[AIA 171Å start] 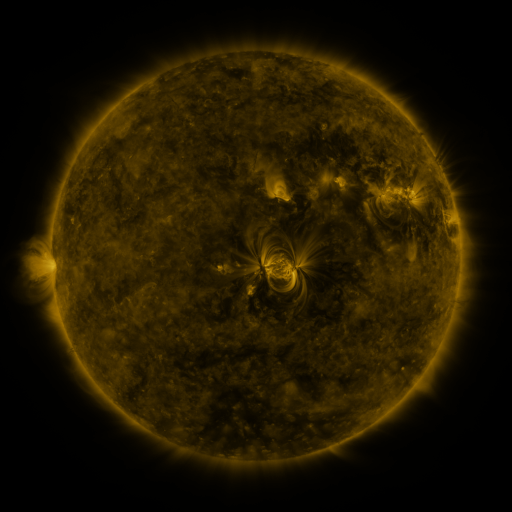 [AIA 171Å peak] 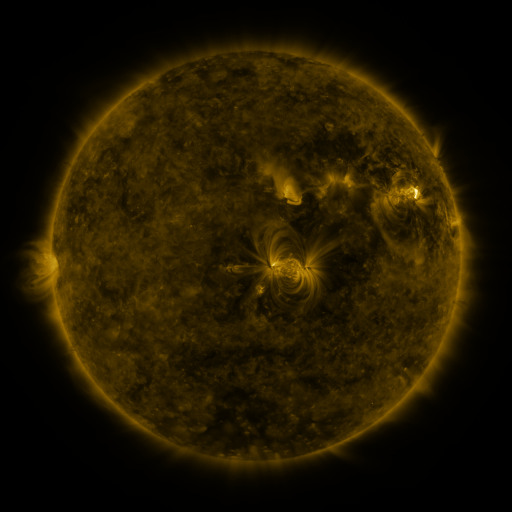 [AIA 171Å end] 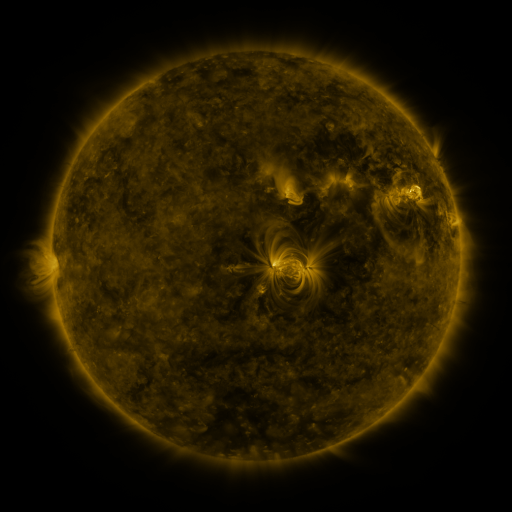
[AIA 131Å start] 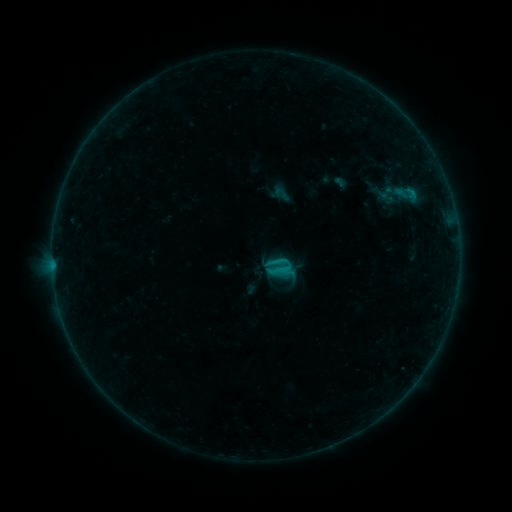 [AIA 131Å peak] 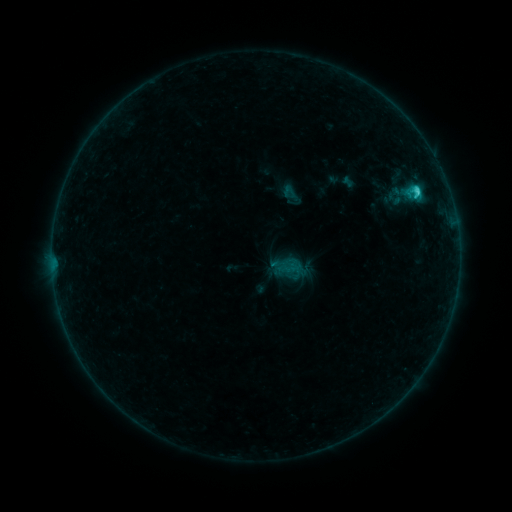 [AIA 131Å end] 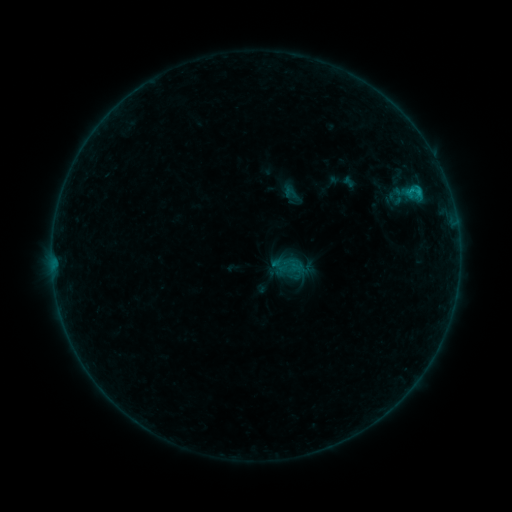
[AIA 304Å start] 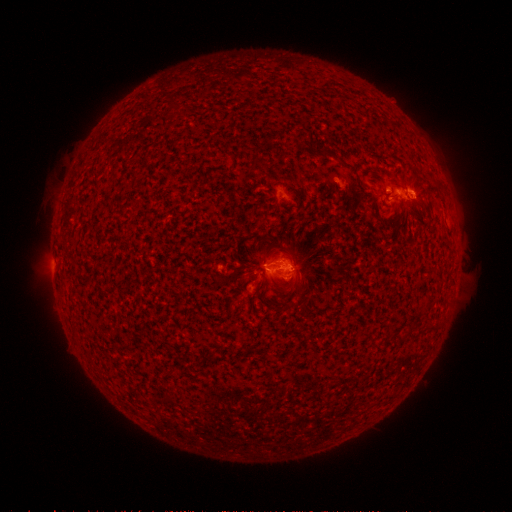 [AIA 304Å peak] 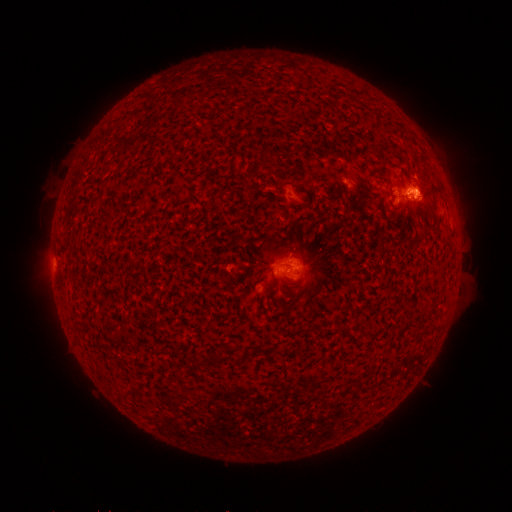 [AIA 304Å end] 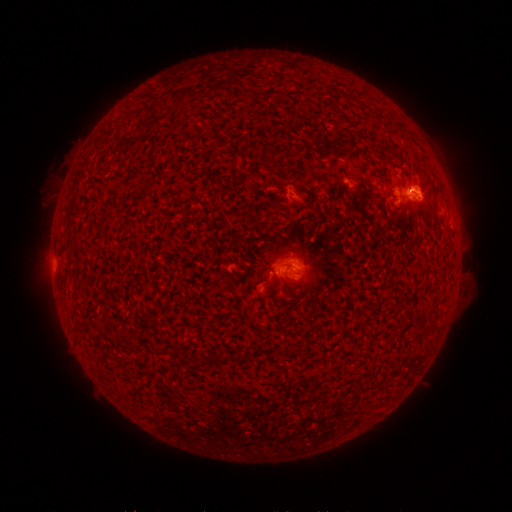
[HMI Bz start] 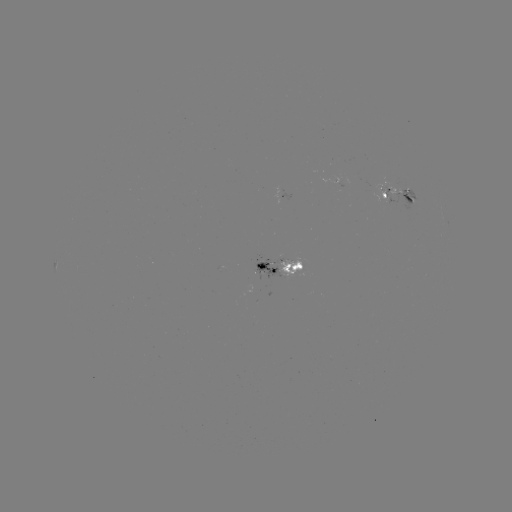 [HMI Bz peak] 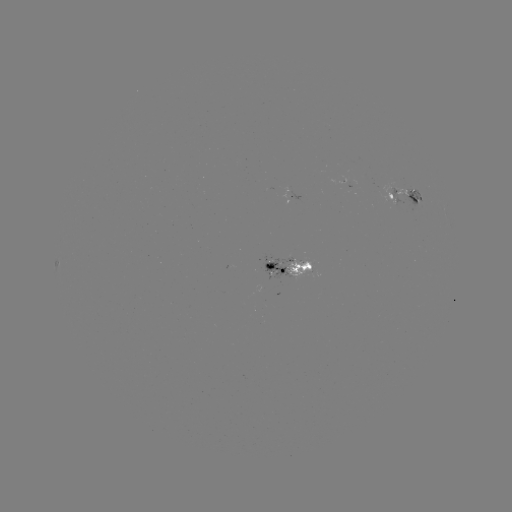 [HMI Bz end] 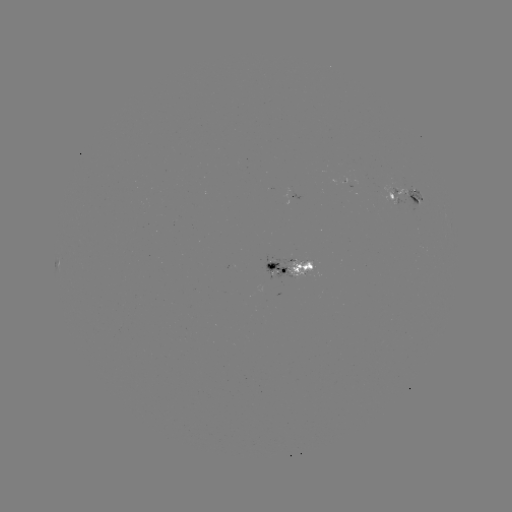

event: emerging-flux region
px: (414, 199)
